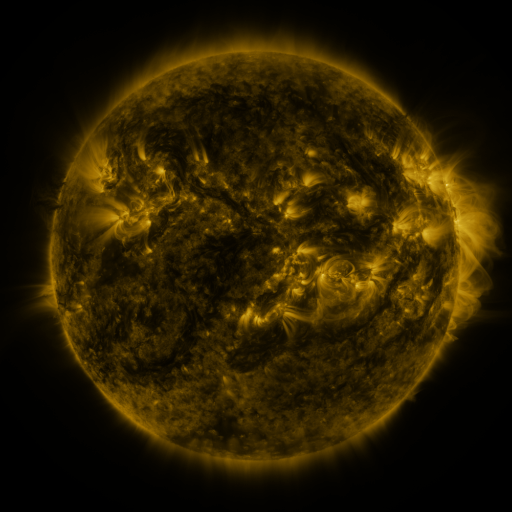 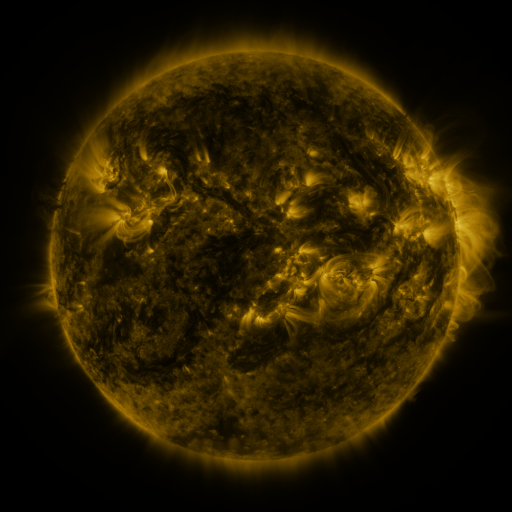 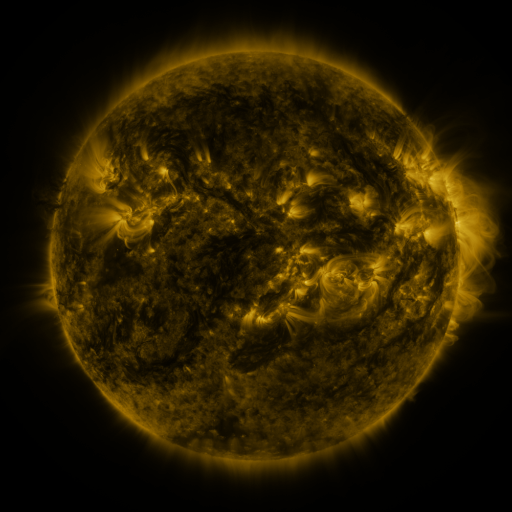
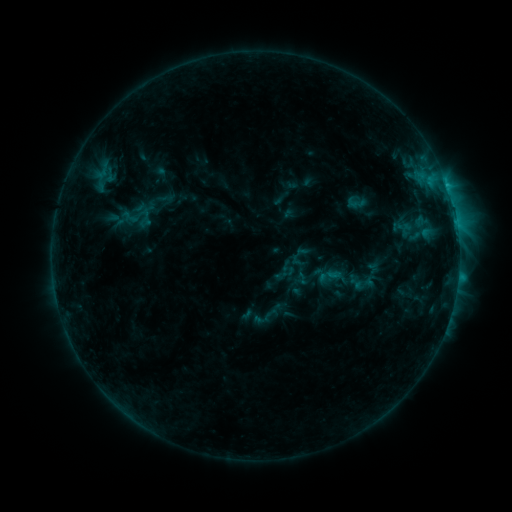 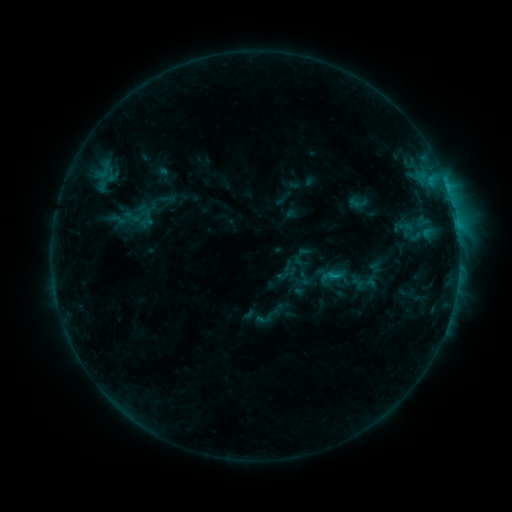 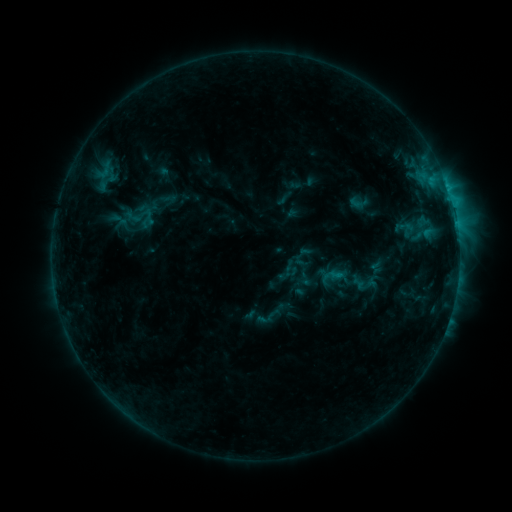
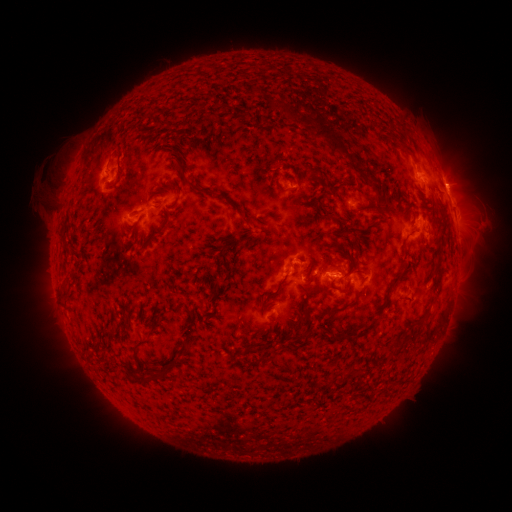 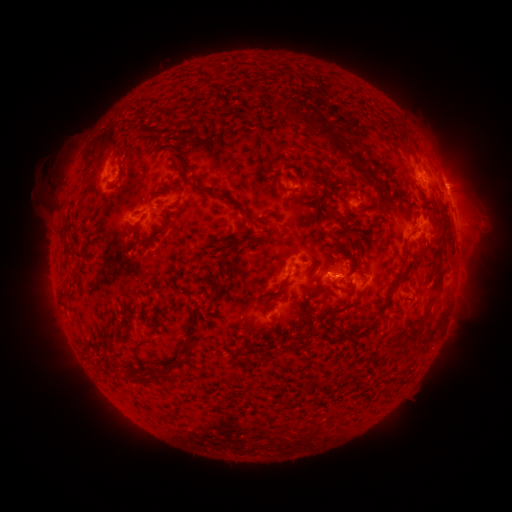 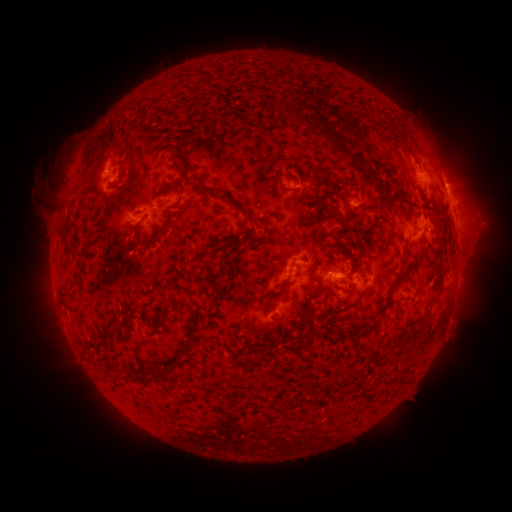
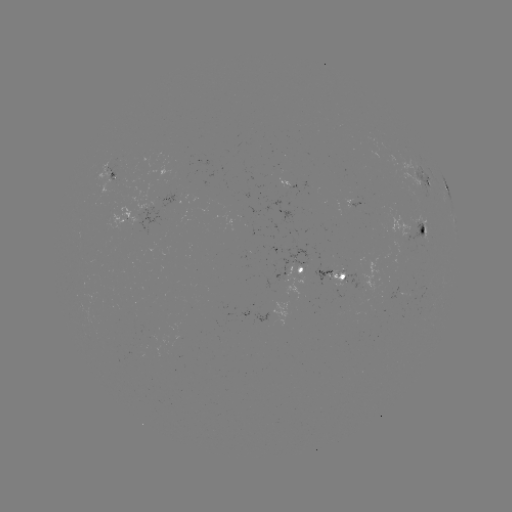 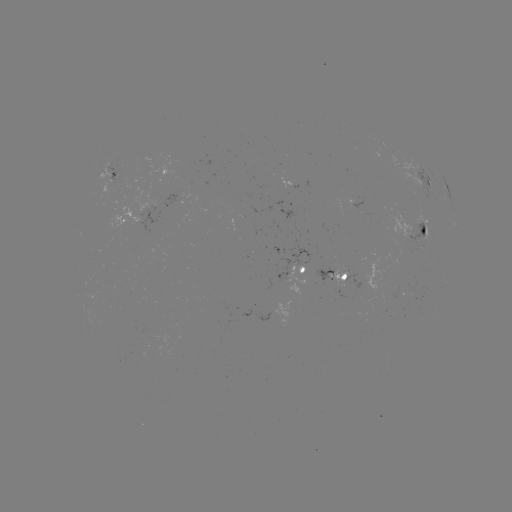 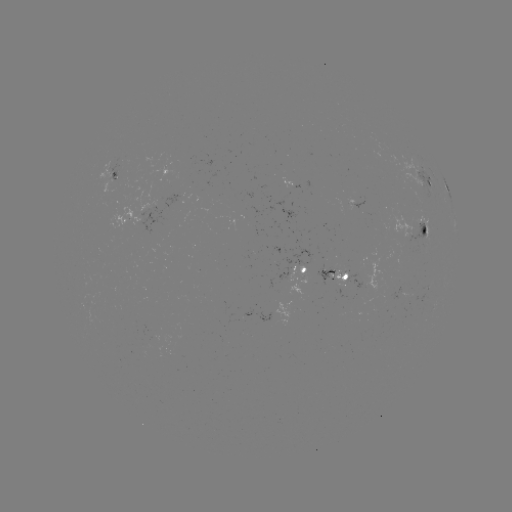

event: emerging-flux region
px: (202, 190)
